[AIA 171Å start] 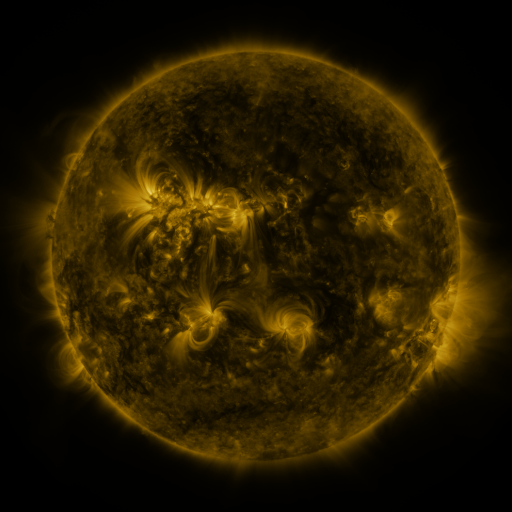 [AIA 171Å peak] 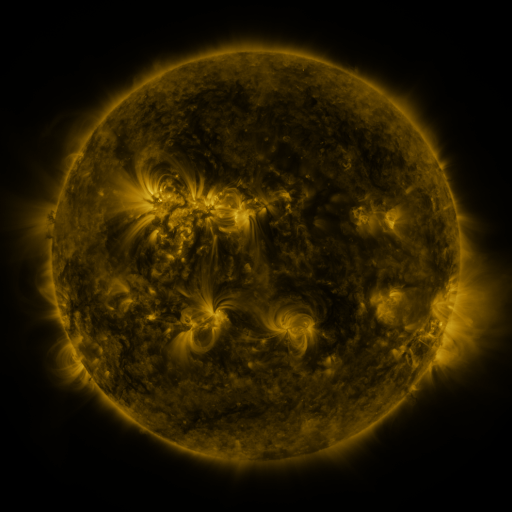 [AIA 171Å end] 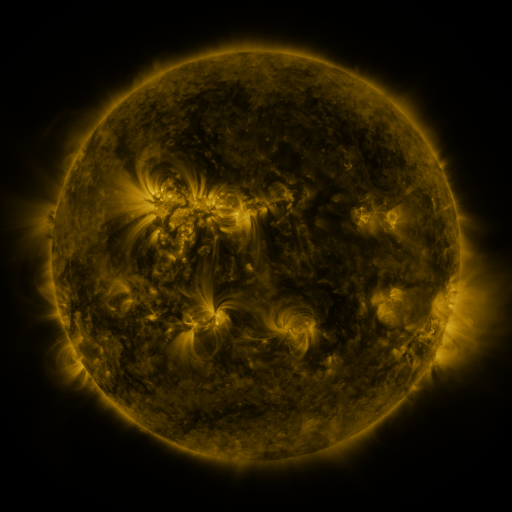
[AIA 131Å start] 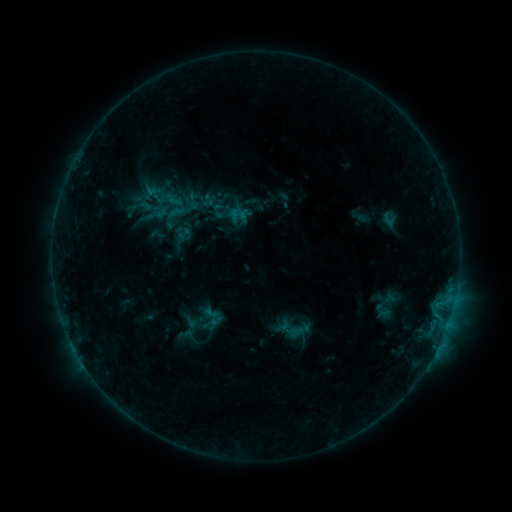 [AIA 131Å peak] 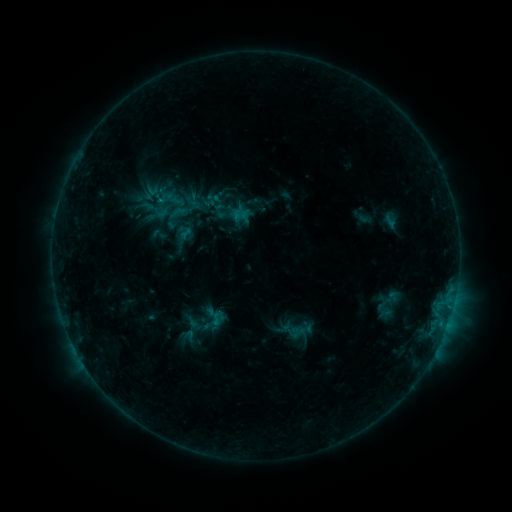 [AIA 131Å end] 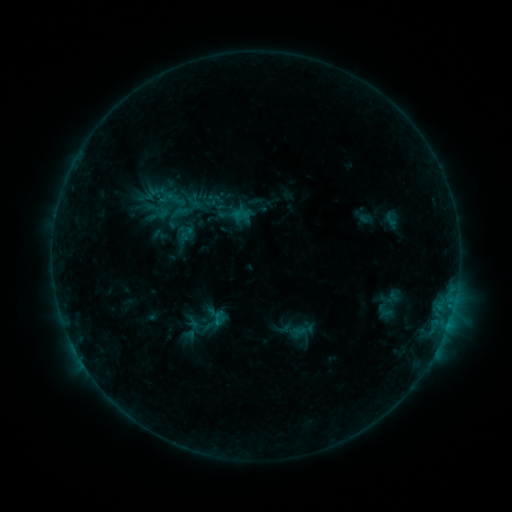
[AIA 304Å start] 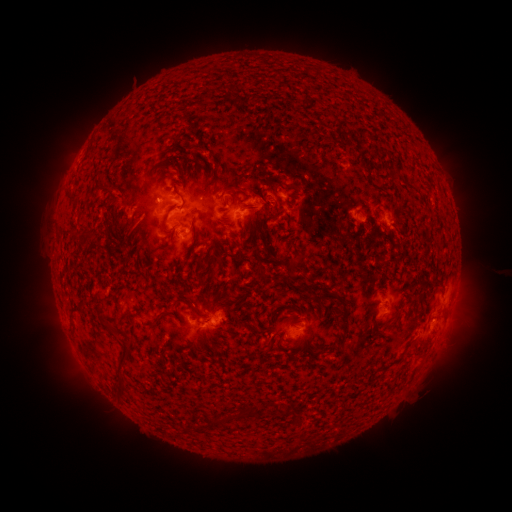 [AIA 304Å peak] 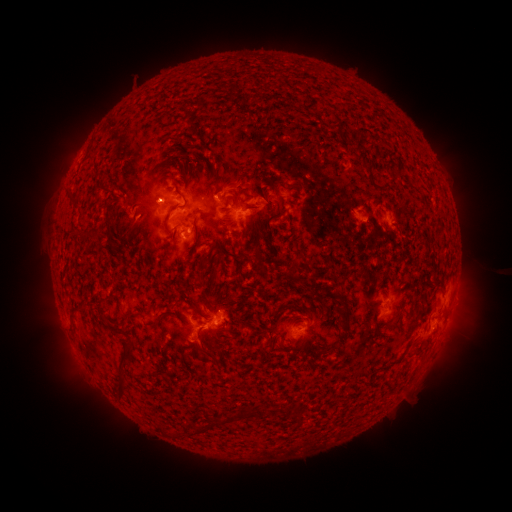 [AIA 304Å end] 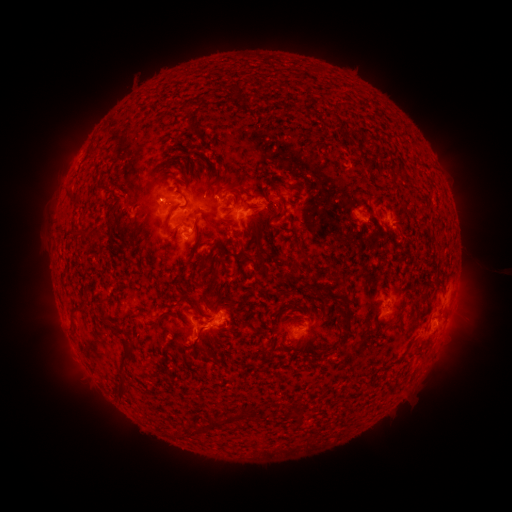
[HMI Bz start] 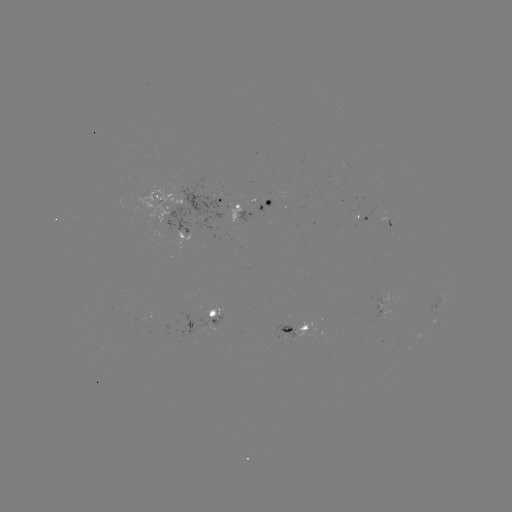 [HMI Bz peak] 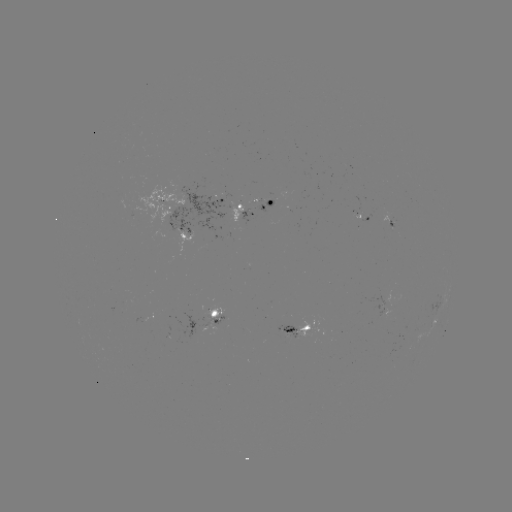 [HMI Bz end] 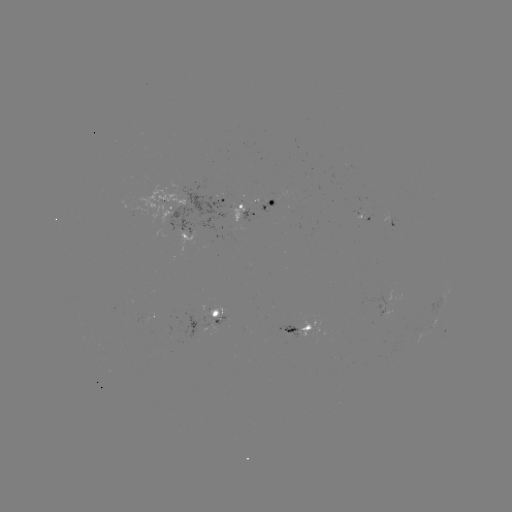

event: emerging-flux region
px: (202, 326)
